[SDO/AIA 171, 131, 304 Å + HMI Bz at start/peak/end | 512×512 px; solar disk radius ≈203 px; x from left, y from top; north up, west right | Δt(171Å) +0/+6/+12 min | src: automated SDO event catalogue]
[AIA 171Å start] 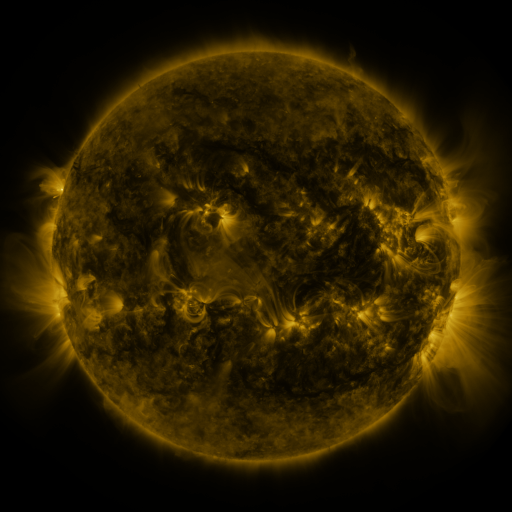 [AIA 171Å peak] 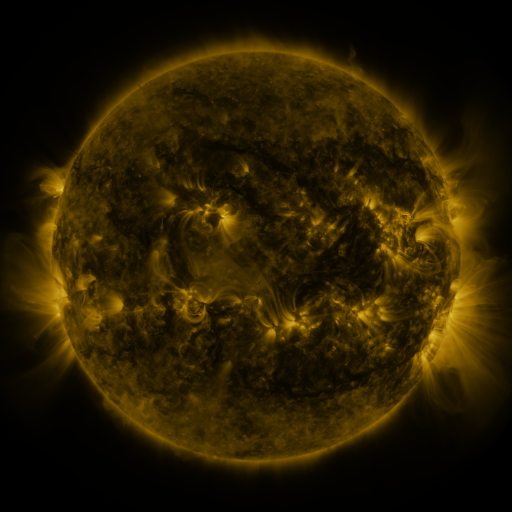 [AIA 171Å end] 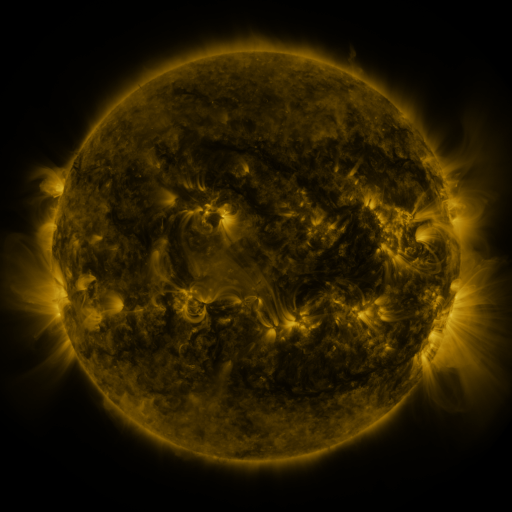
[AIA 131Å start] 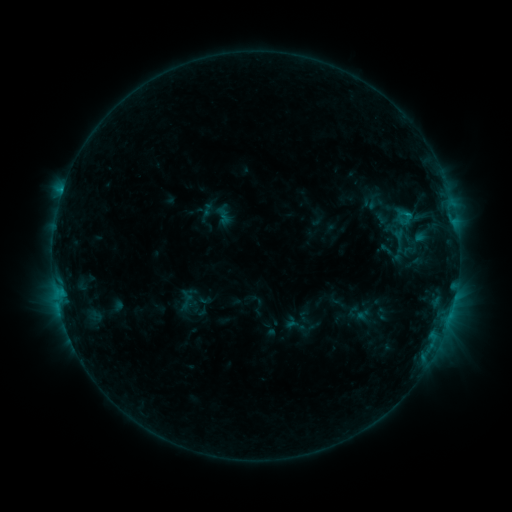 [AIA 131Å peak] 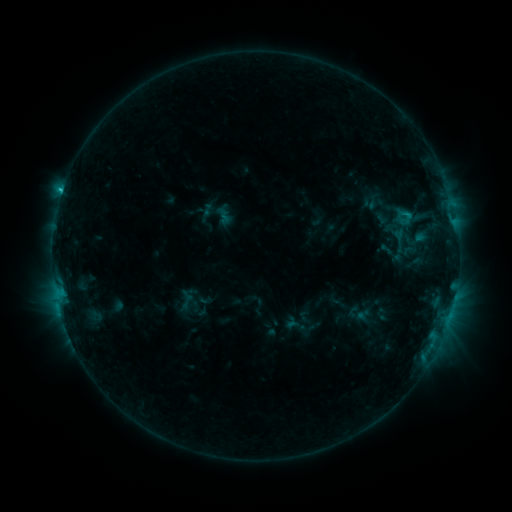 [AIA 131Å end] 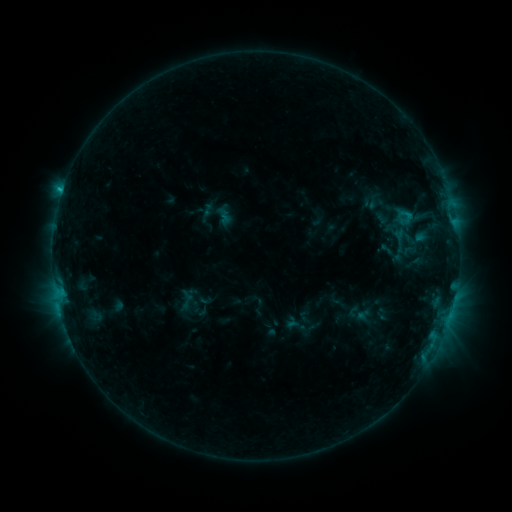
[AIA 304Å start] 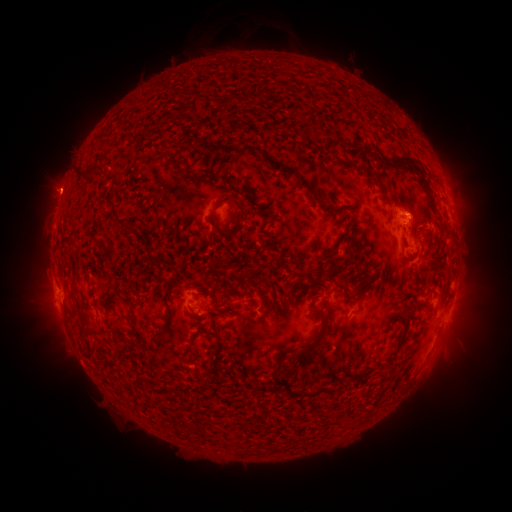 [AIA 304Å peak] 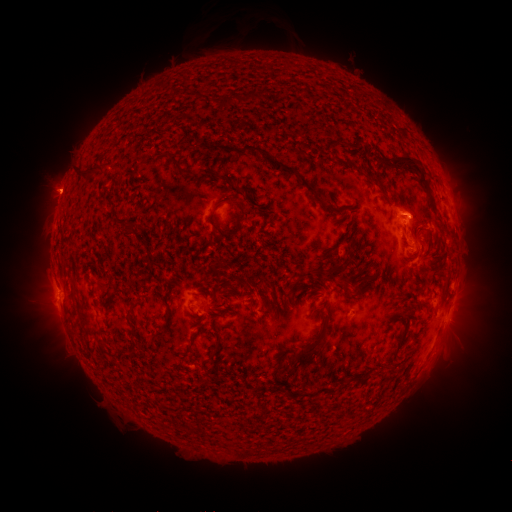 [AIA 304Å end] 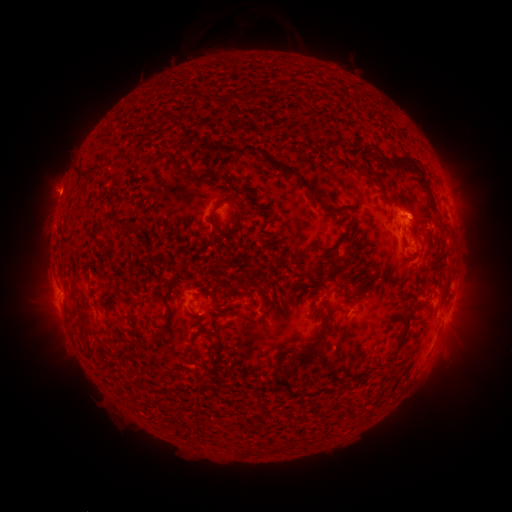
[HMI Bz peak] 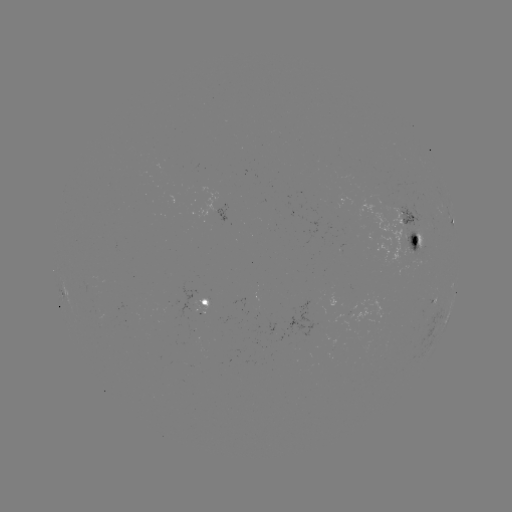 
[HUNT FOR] eruption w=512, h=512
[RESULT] (59, 192)